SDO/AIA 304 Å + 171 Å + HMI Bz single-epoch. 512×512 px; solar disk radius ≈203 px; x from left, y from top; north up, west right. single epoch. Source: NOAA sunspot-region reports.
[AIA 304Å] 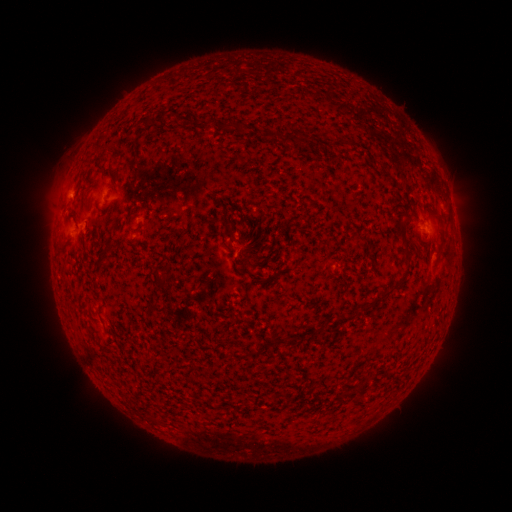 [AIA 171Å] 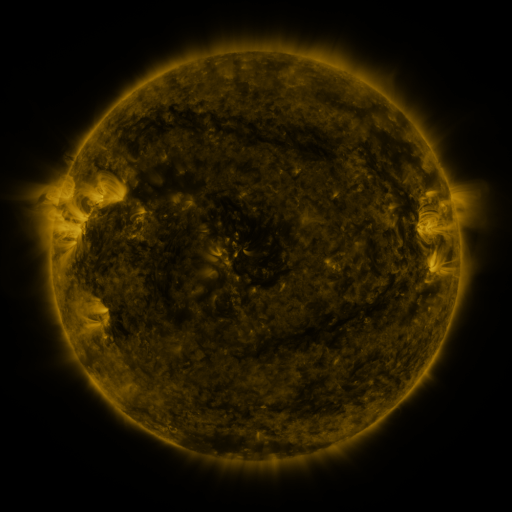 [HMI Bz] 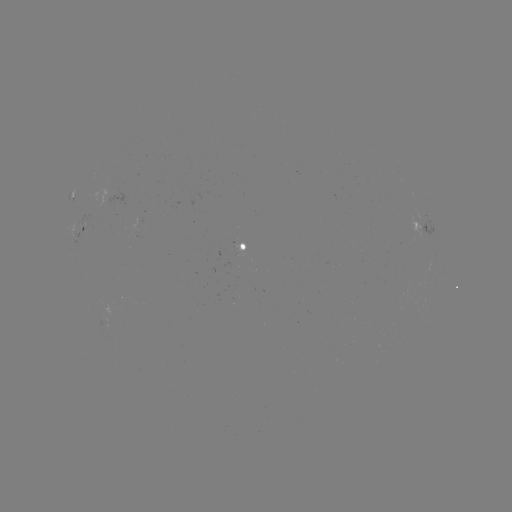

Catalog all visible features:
spotted active region: (422, 228)
spotted active region: (82, 229)
spotted active region: (252, 246)
